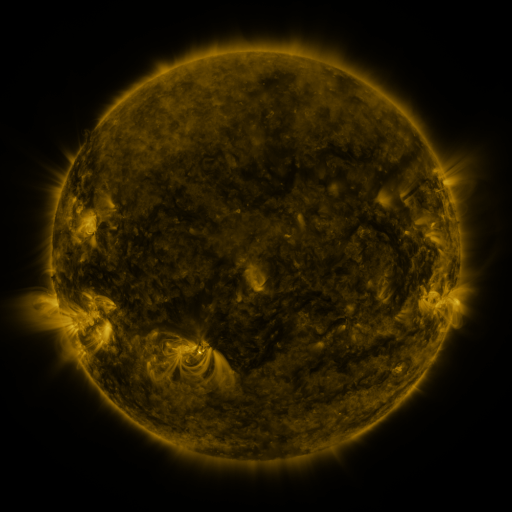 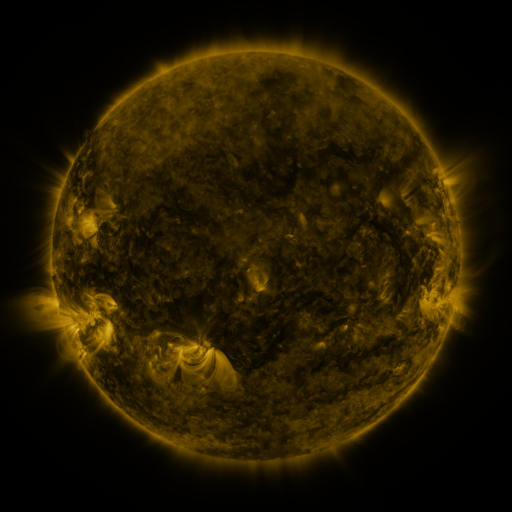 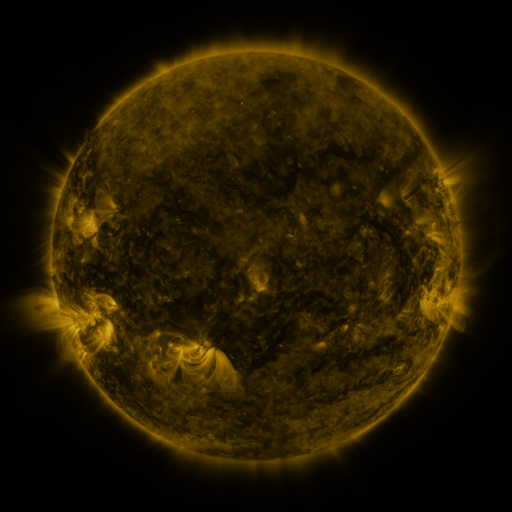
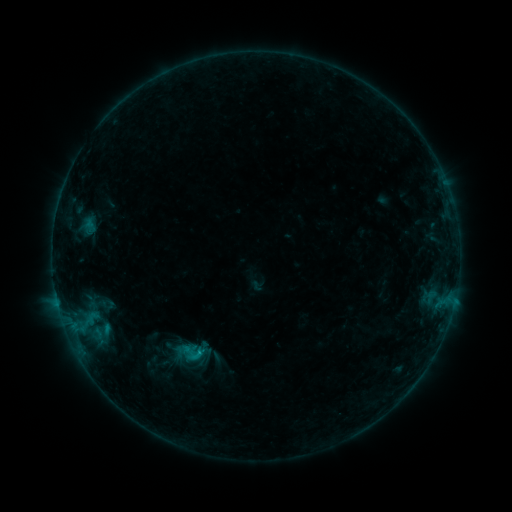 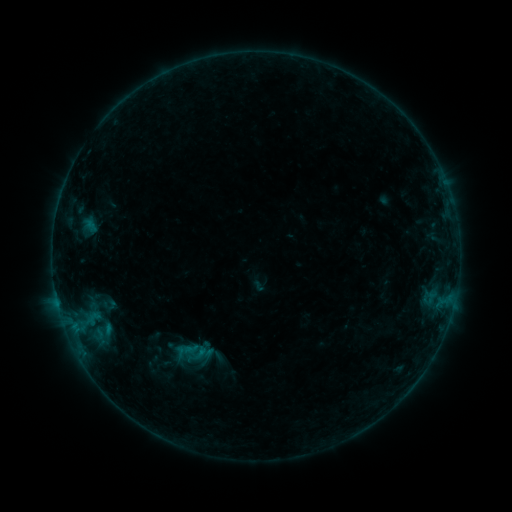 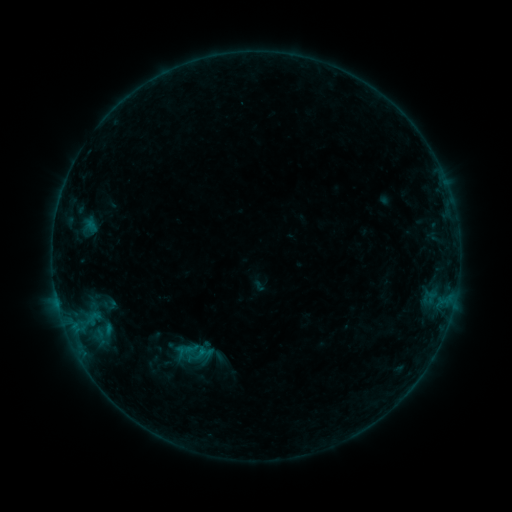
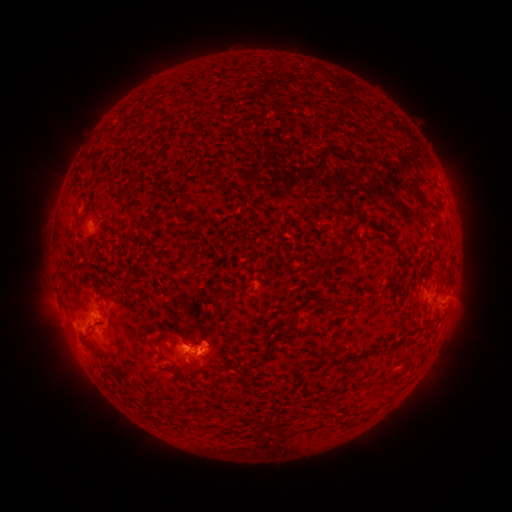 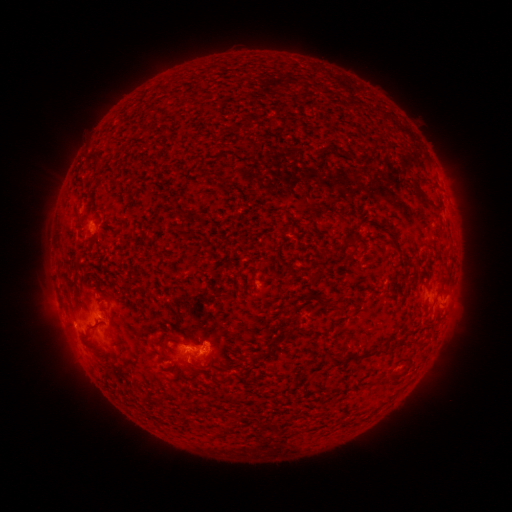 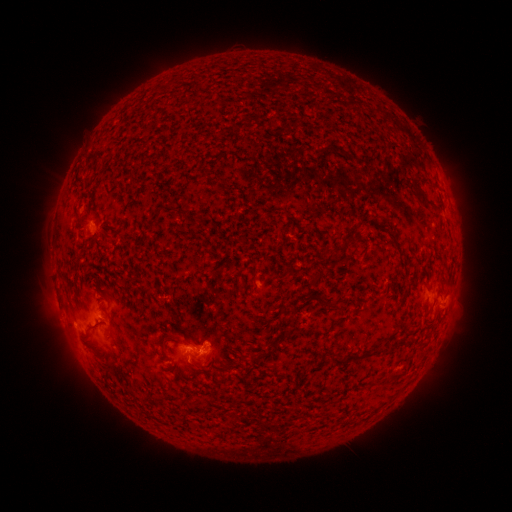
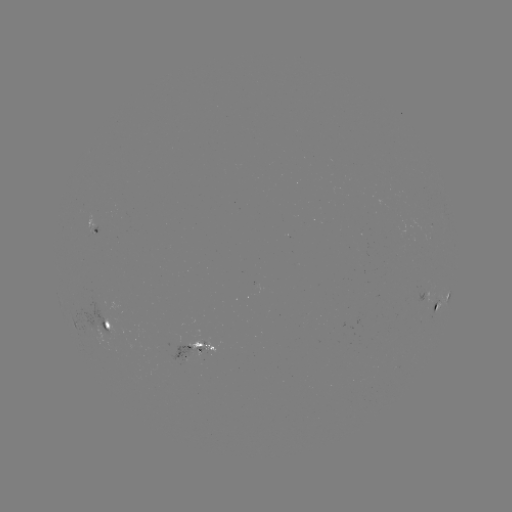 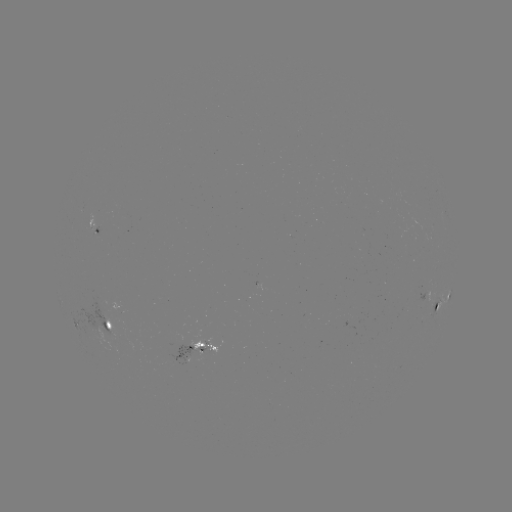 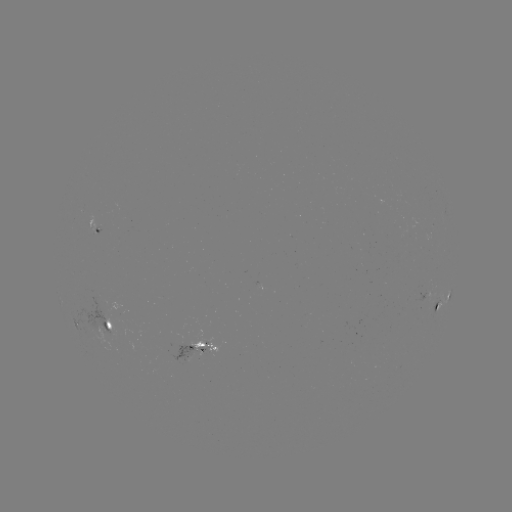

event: emerging-flux region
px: (192, 352)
